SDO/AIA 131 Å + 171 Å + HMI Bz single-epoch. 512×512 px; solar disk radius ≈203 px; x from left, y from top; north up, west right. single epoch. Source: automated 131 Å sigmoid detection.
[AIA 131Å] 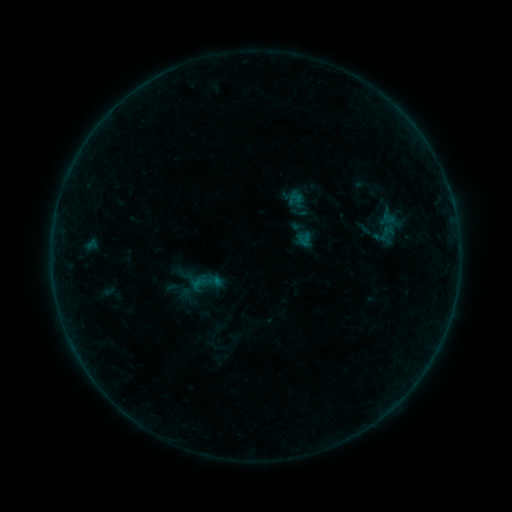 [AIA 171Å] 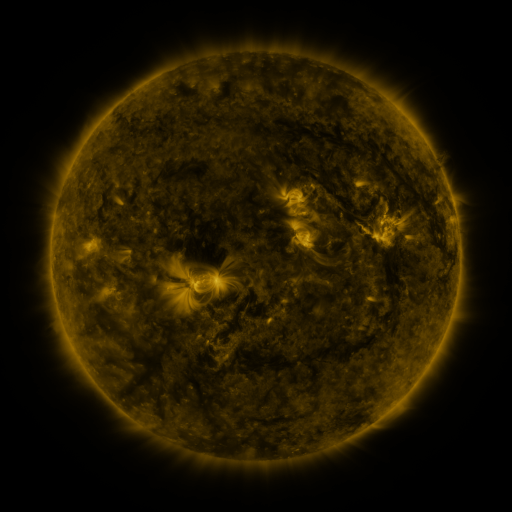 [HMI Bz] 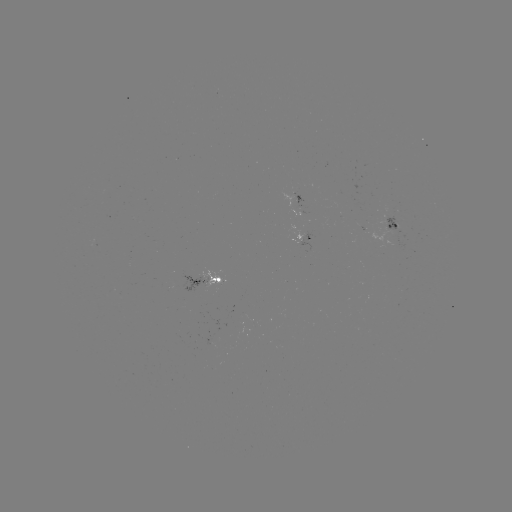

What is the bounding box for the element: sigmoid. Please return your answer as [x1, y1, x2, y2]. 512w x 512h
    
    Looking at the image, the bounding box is [376, 223, 398, 242].